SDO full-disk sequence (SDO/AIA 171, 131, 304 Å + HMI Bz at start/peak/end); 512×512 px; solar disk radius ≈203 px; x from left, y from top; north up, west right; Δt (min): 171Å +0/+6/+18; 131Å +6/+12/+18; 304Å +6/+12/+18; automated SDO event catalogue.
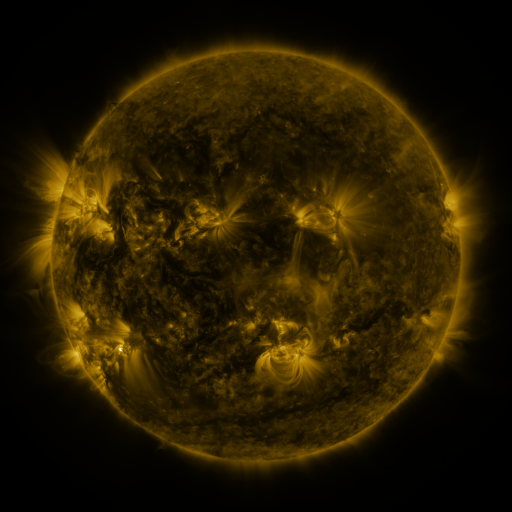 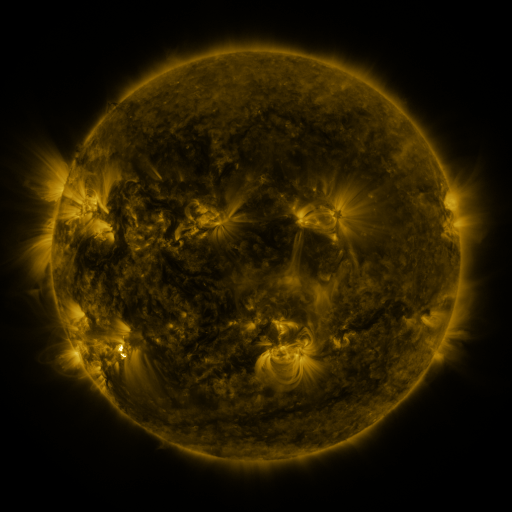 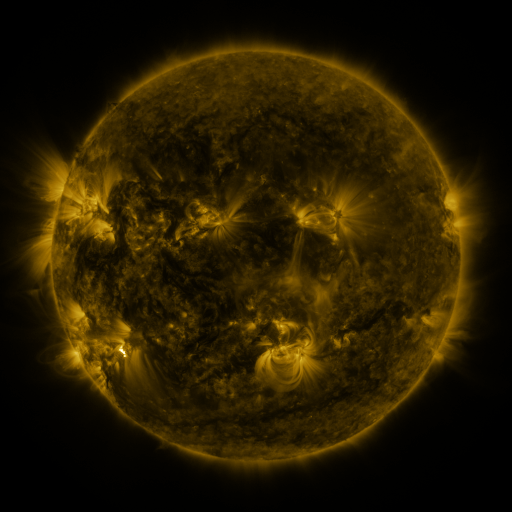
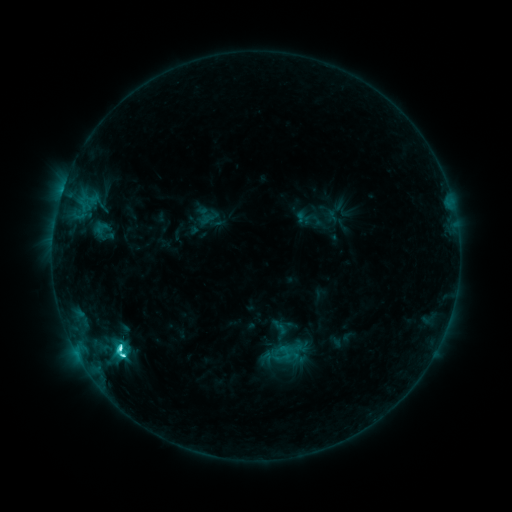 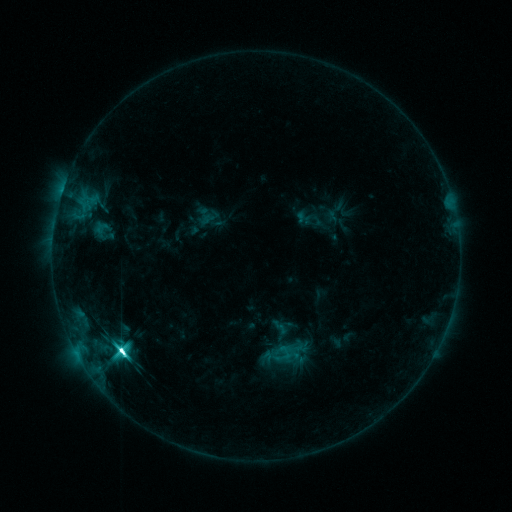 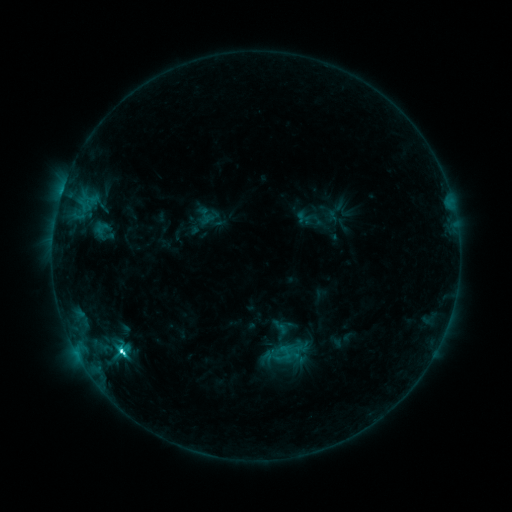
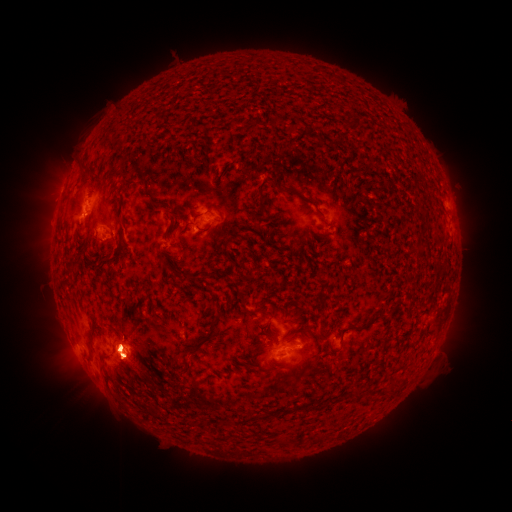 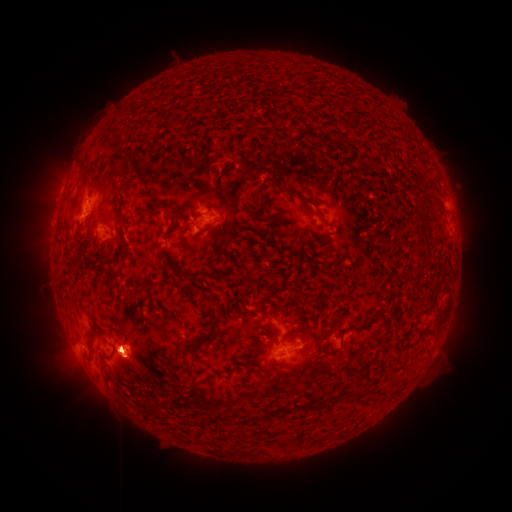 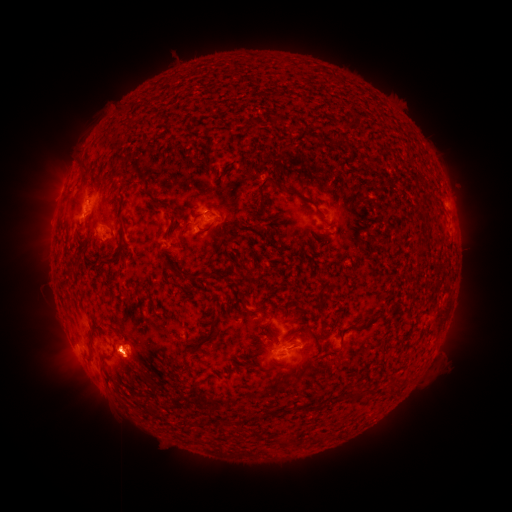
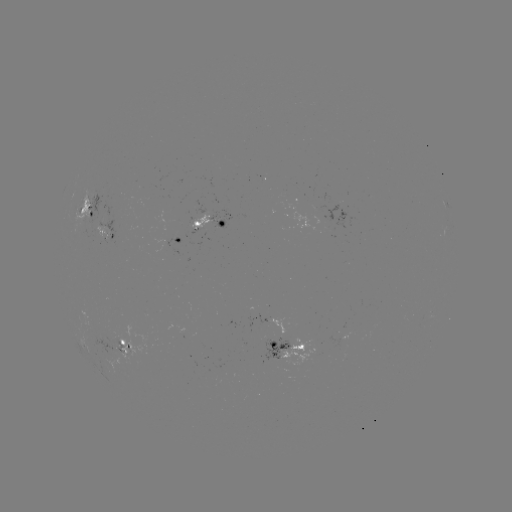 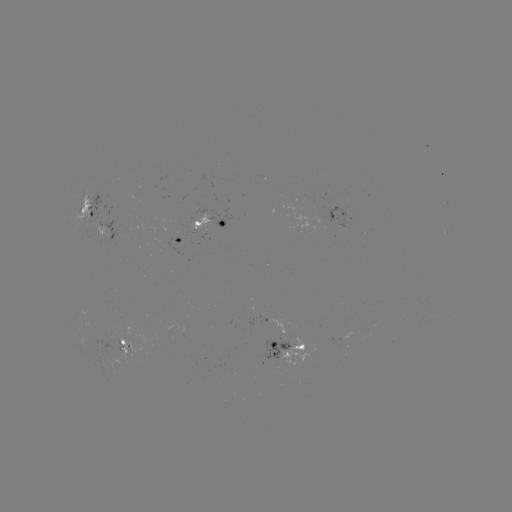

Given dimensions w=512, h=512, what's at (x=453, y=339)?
eruption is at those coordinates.